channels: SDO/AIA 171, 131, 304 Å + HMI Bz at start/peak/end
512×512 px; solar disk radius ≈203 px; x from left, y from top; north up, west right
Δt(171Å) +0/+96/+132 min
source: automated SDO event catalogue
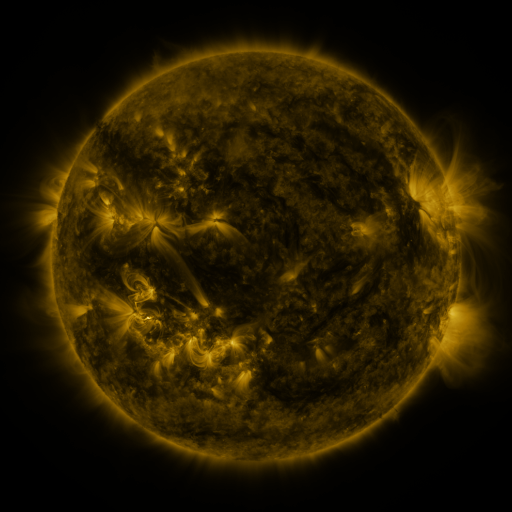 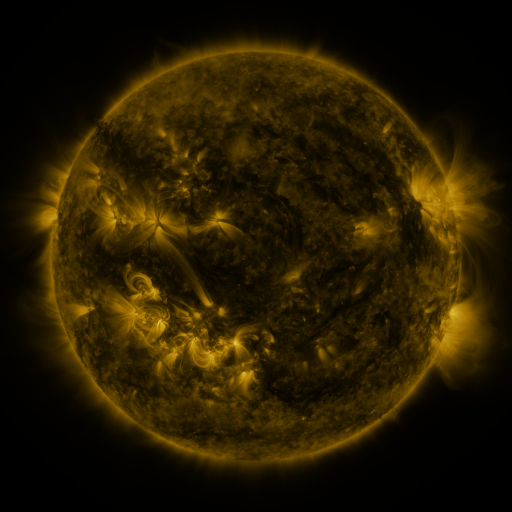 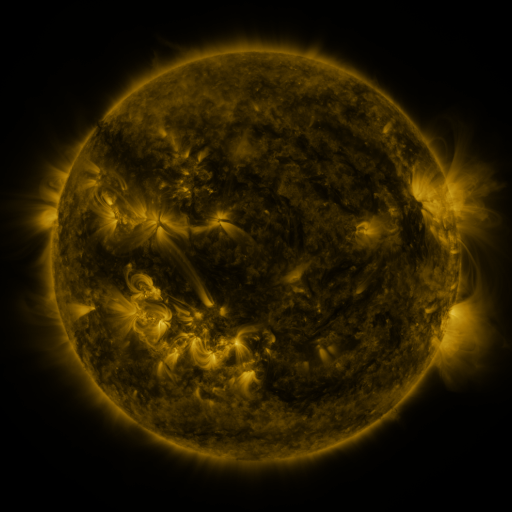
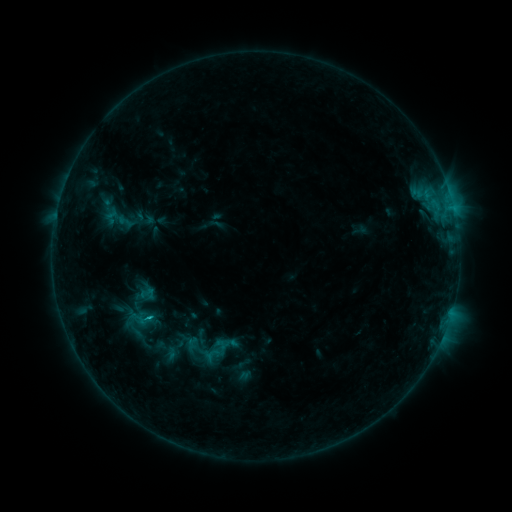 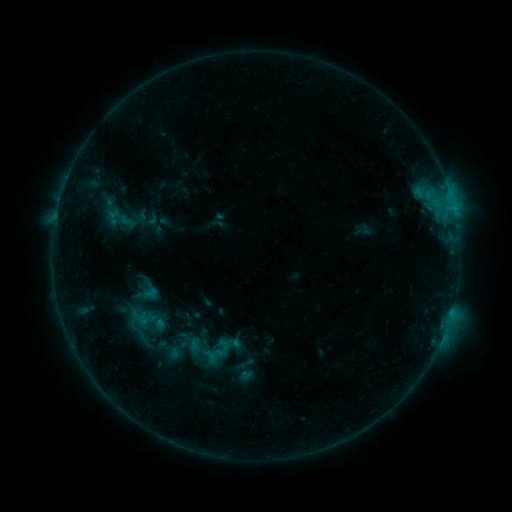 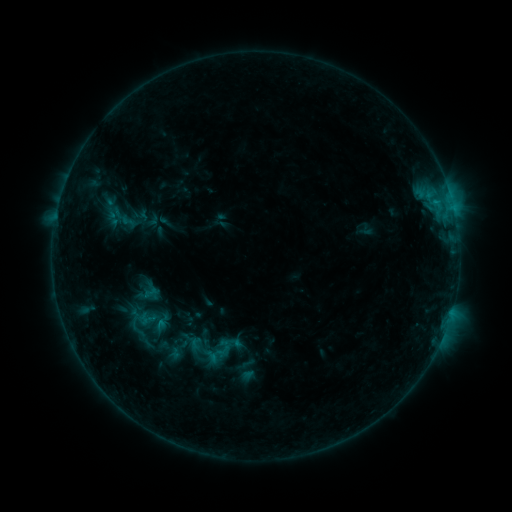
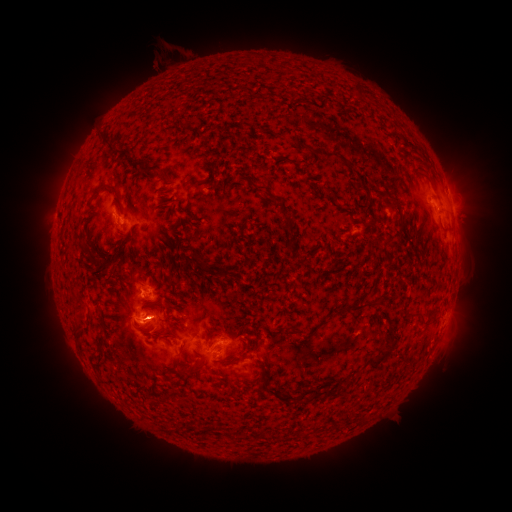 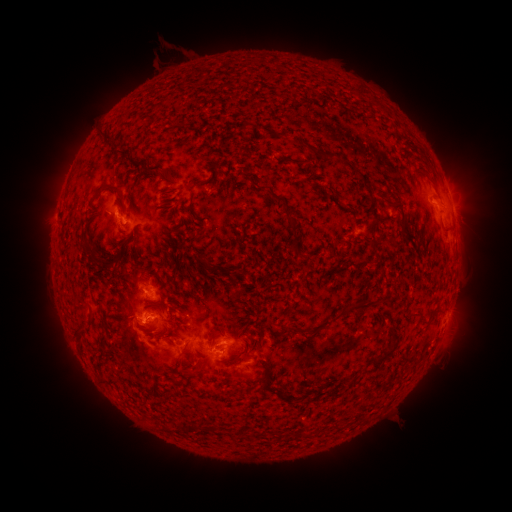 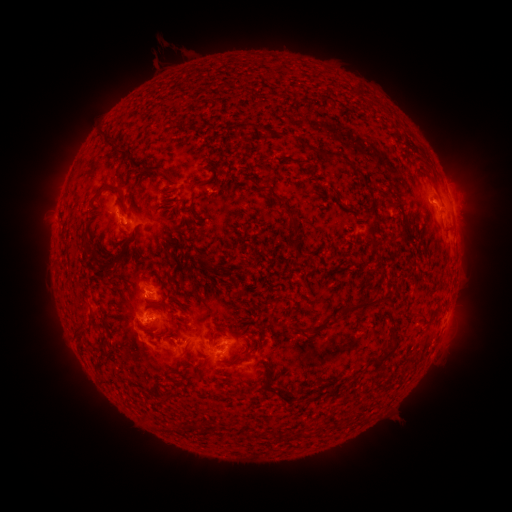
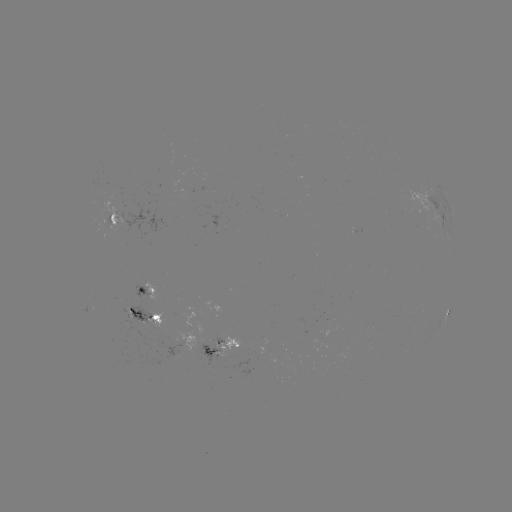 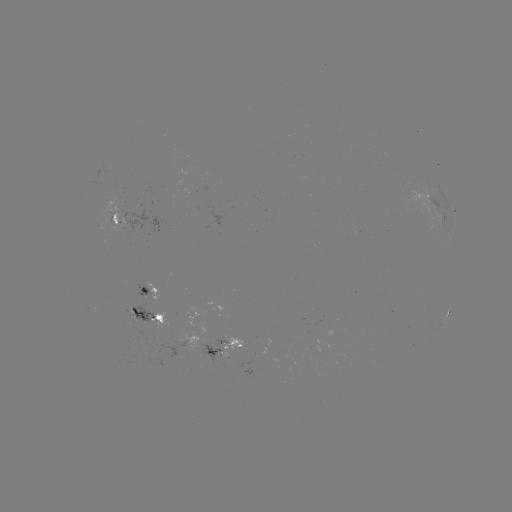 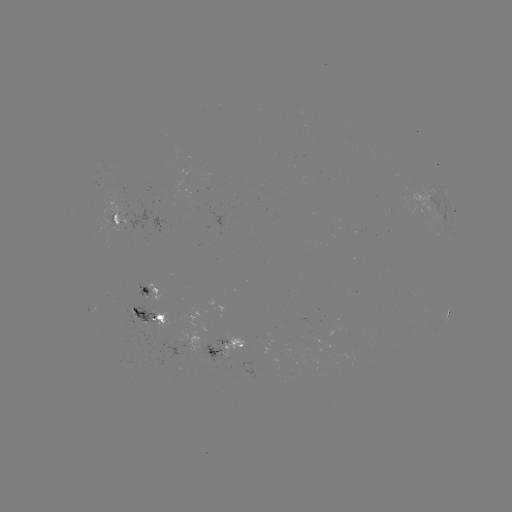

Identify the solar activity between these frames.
emerging-flux region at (101, 188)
